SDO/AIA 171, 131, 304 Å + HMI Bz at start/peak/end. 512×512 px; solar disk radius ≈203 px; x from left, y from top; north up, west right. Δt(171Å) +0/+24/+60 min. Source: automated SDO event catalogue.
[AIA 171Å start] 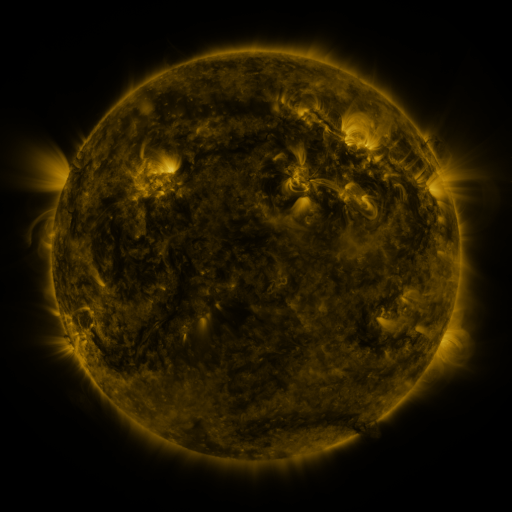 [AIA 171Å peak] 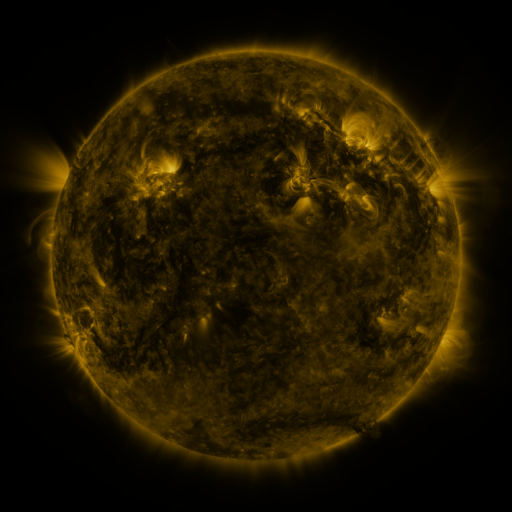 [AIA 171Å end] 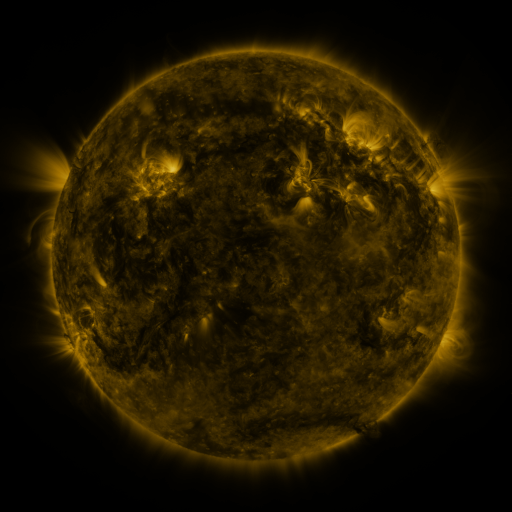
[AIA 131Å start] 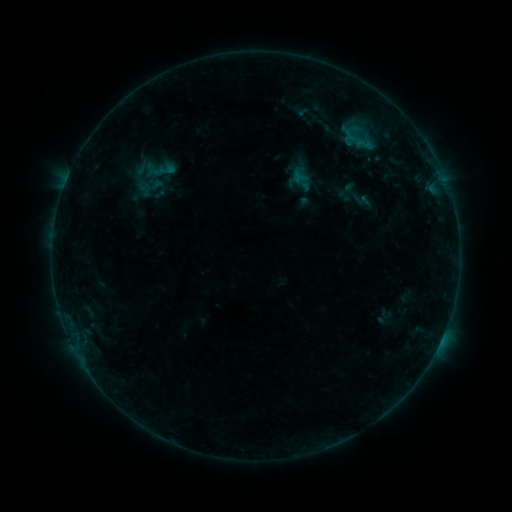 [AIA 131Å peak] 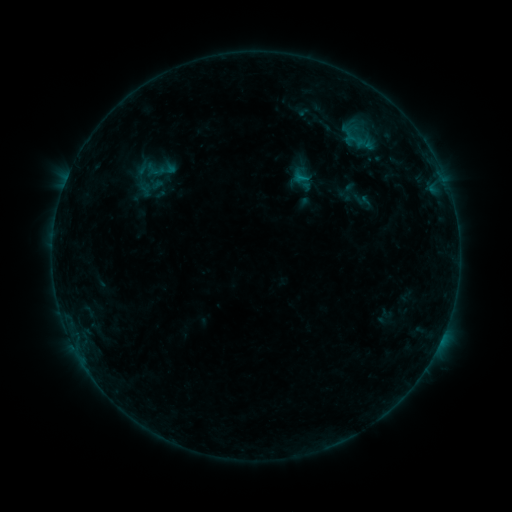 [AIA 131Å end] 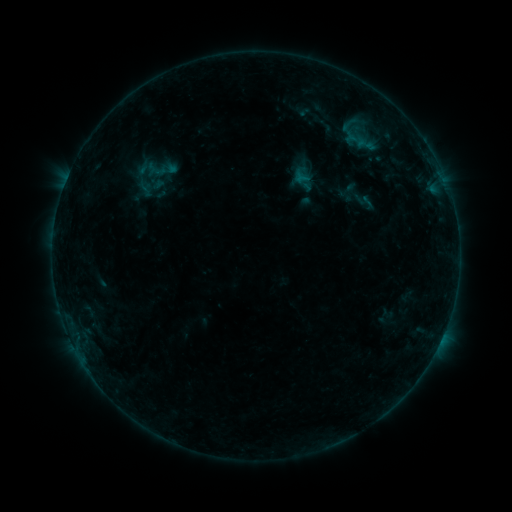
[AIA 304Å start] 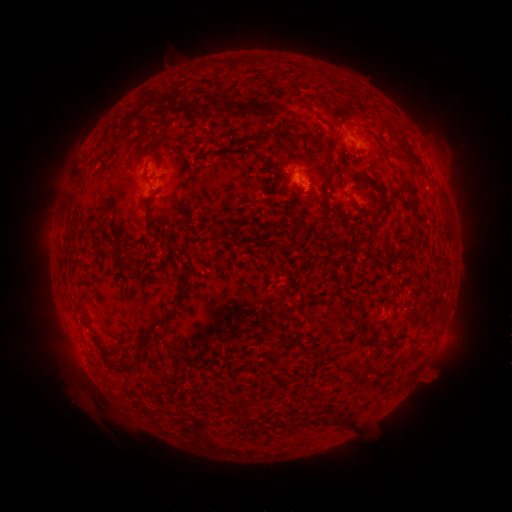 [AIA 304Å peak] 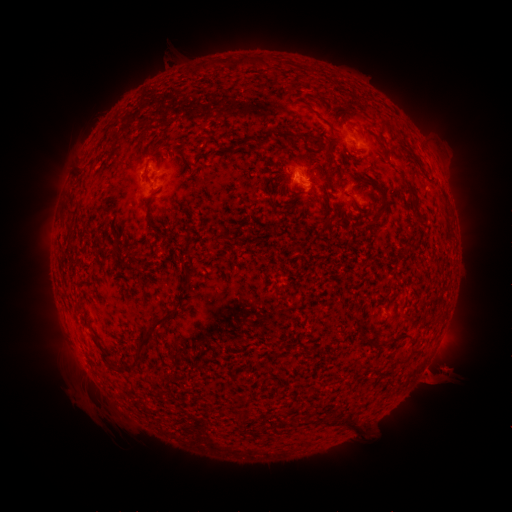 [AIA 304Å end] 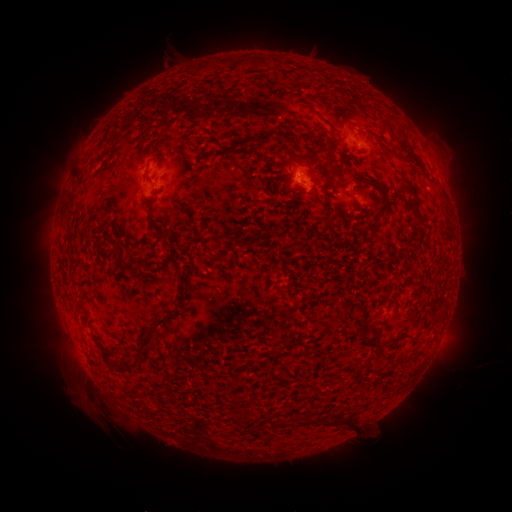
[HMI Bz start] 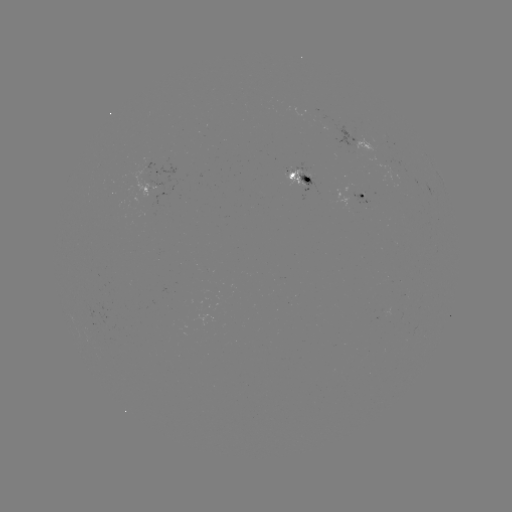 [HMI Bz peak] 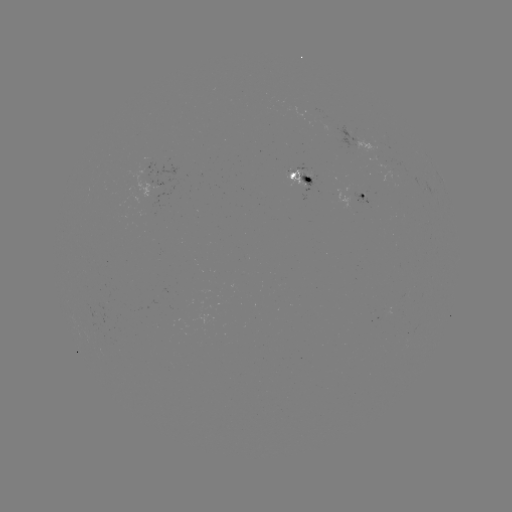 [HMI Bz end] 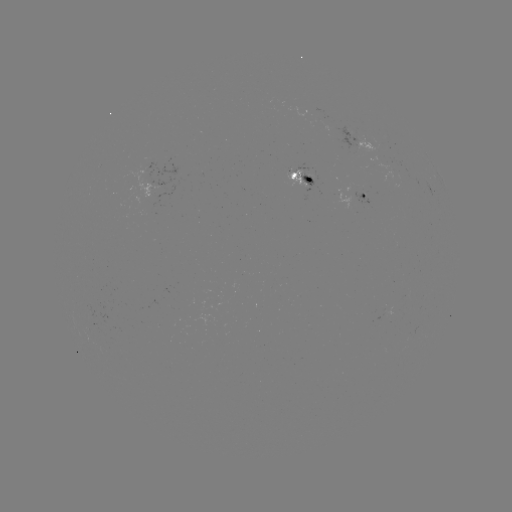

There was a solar flare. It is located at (300, 180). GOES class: B4.3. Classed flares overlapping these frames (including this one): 1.